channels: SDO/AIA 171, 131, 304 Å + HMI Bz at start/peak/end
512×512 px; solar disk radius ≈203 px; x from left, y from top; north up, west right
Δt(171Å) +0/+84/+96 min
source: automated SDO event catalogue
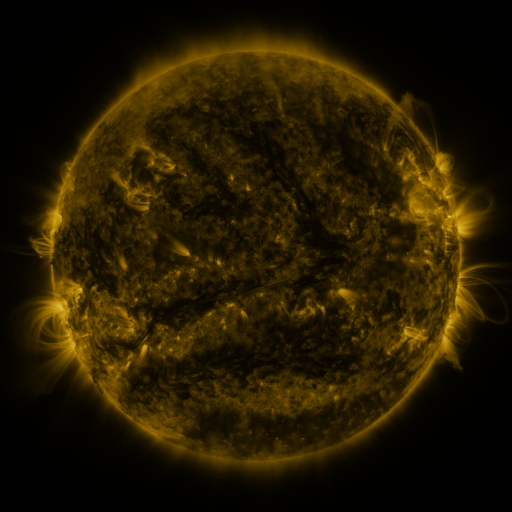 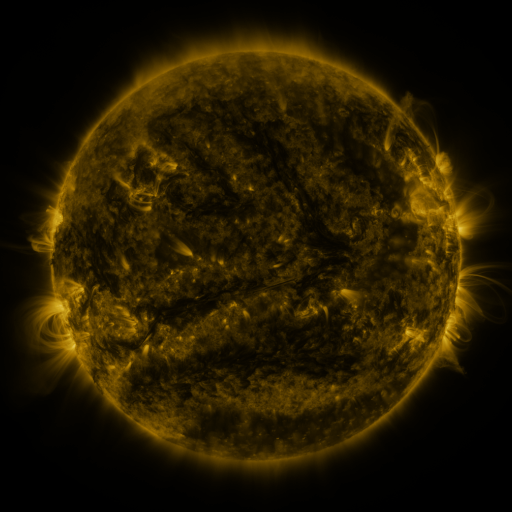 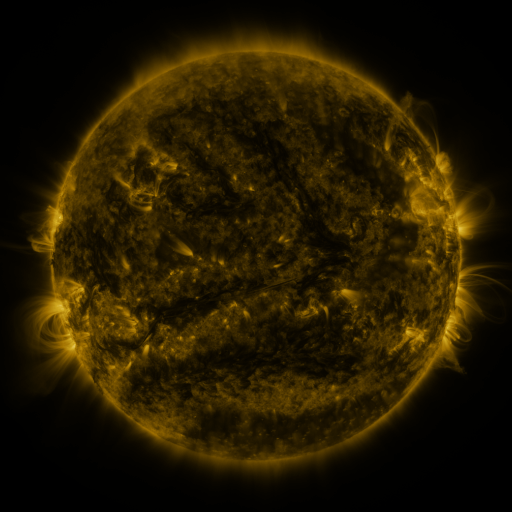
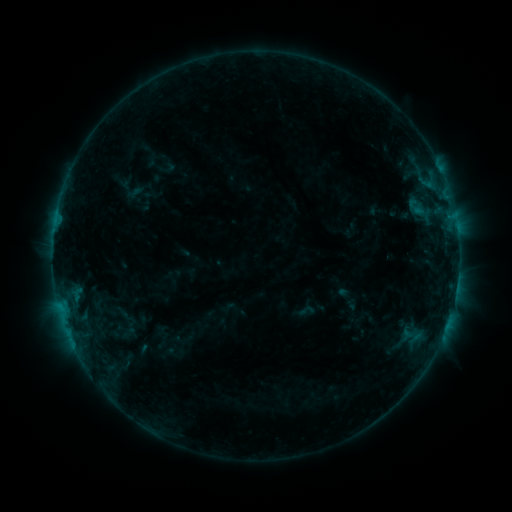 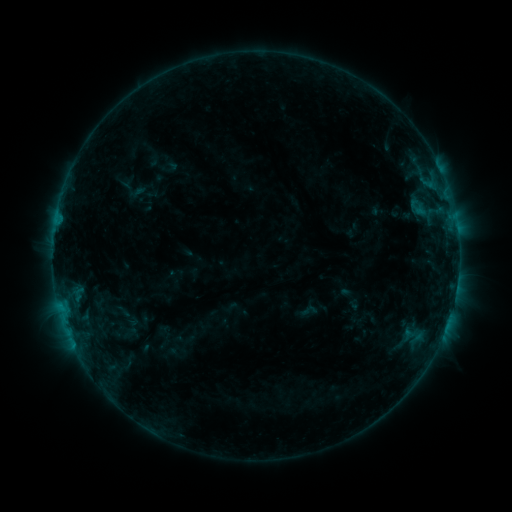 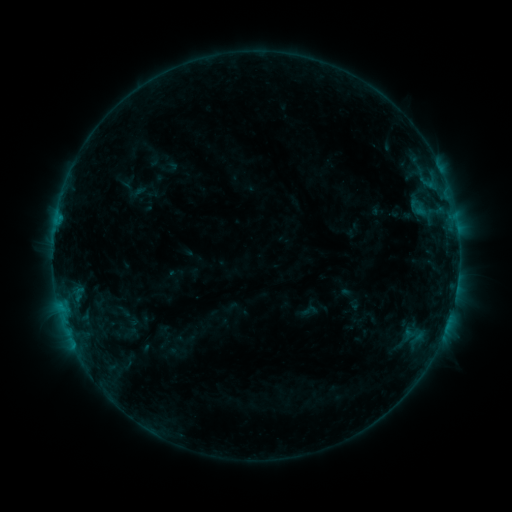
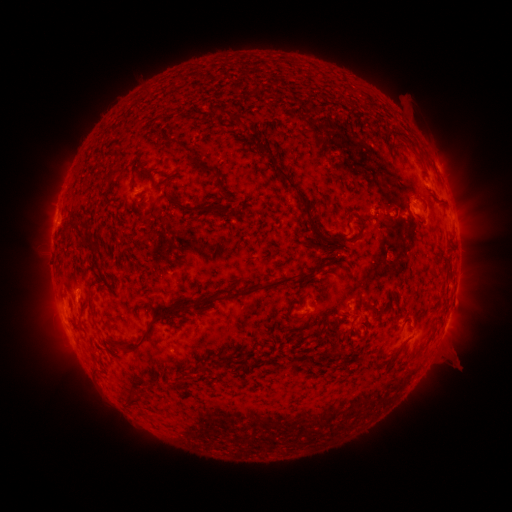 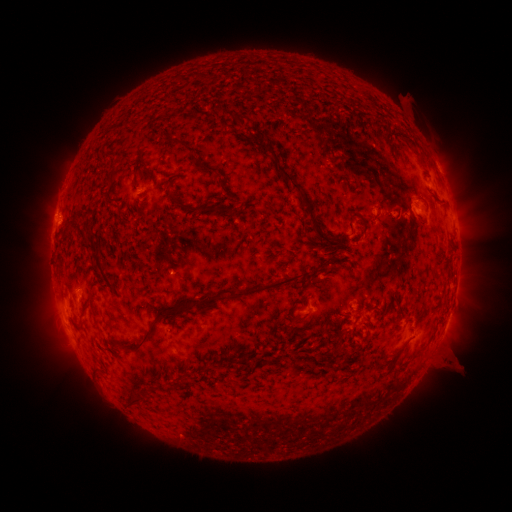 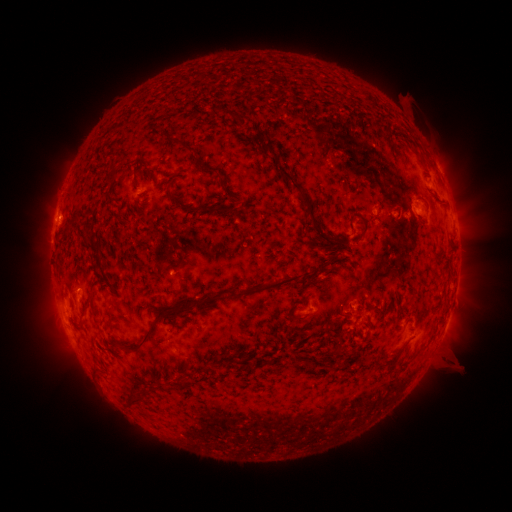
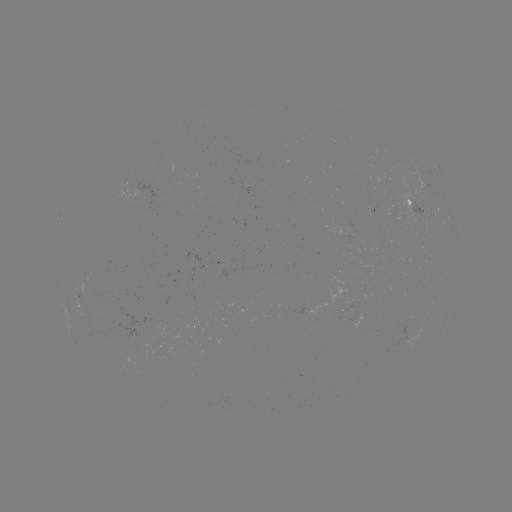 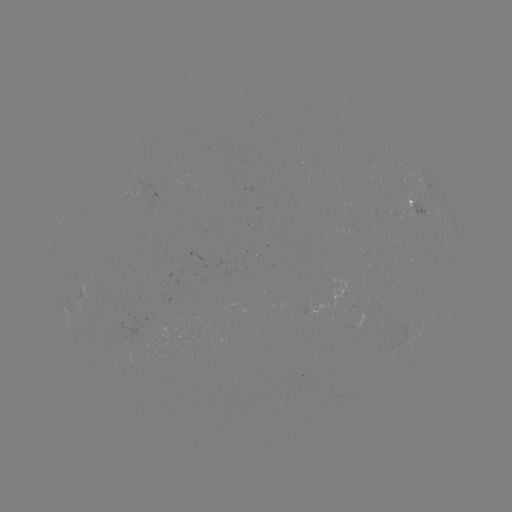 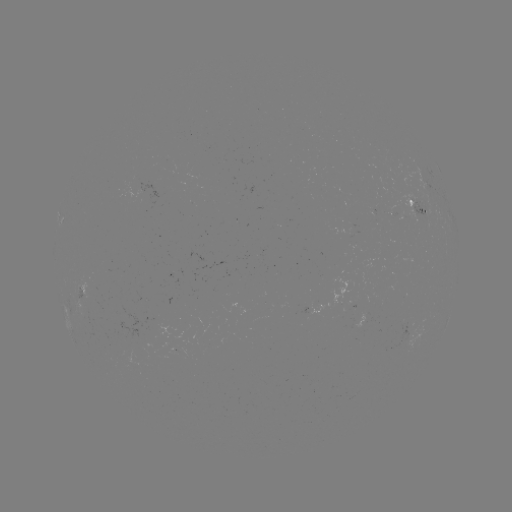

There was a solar emerging-flux region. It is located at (175, 350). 